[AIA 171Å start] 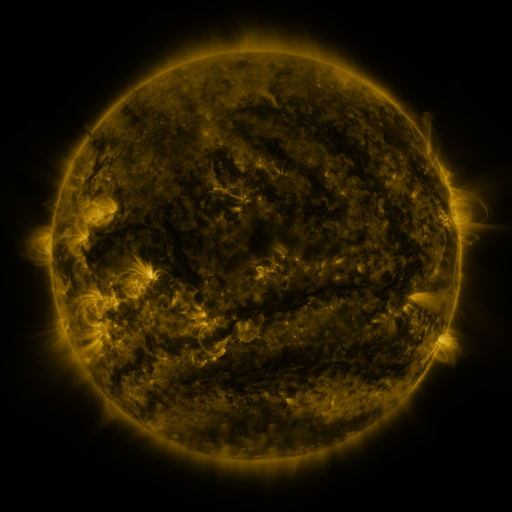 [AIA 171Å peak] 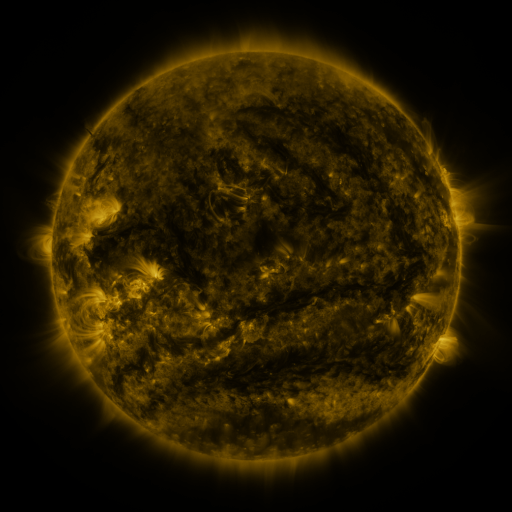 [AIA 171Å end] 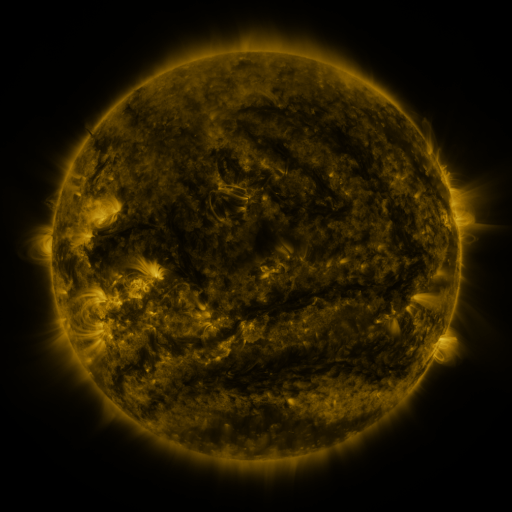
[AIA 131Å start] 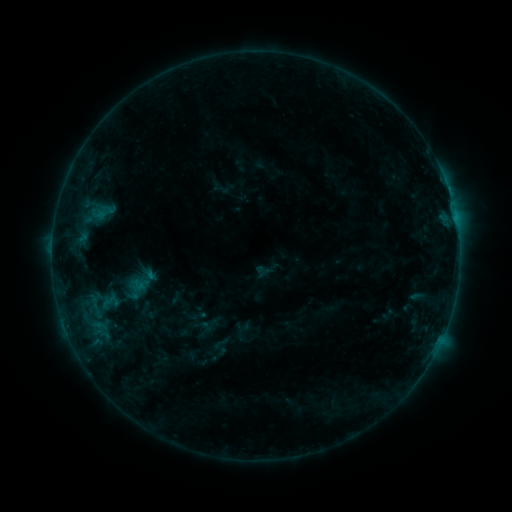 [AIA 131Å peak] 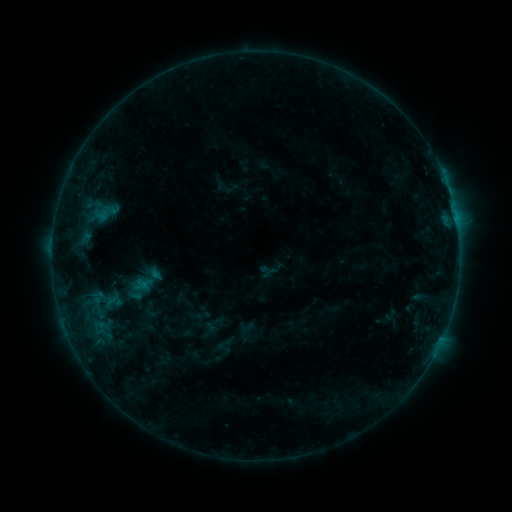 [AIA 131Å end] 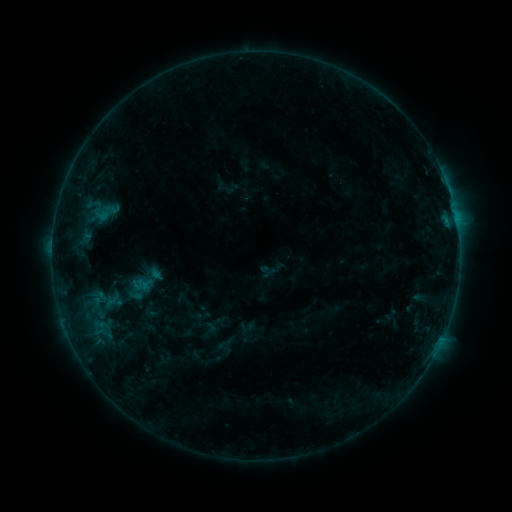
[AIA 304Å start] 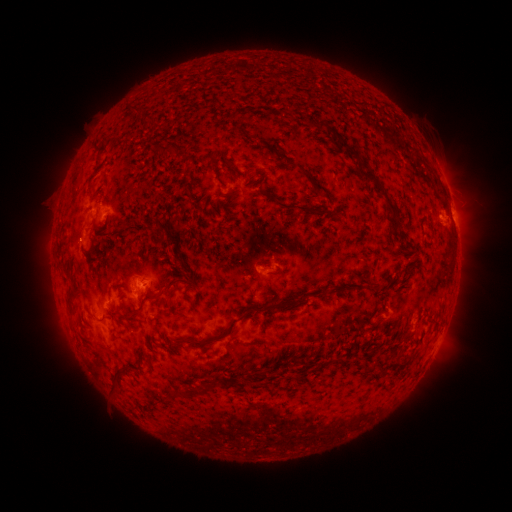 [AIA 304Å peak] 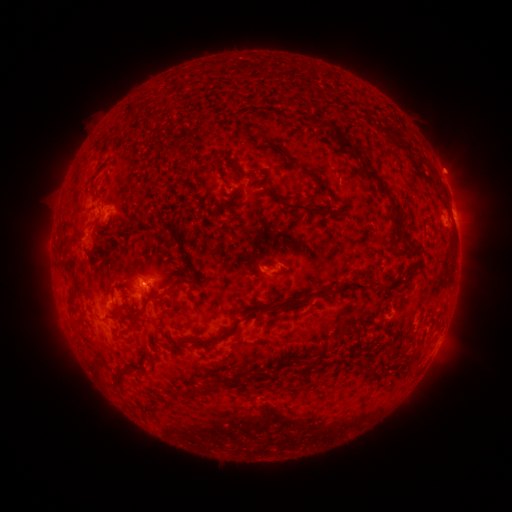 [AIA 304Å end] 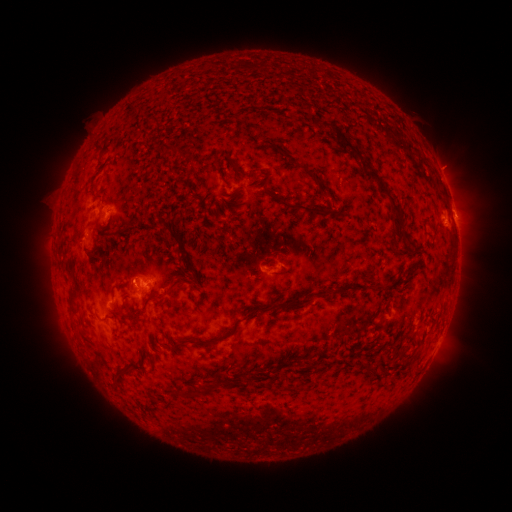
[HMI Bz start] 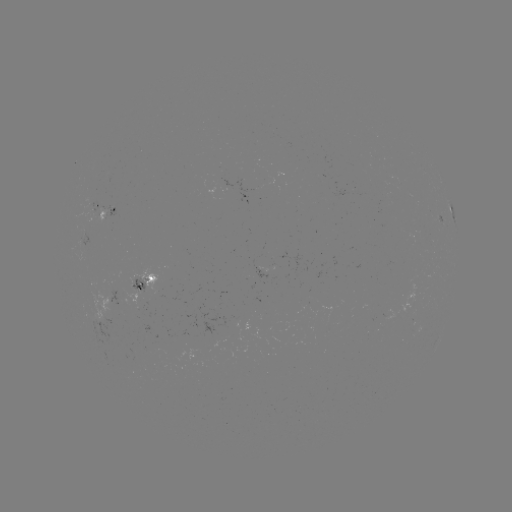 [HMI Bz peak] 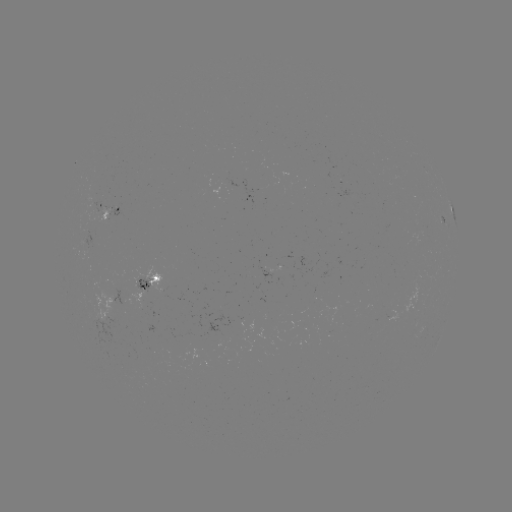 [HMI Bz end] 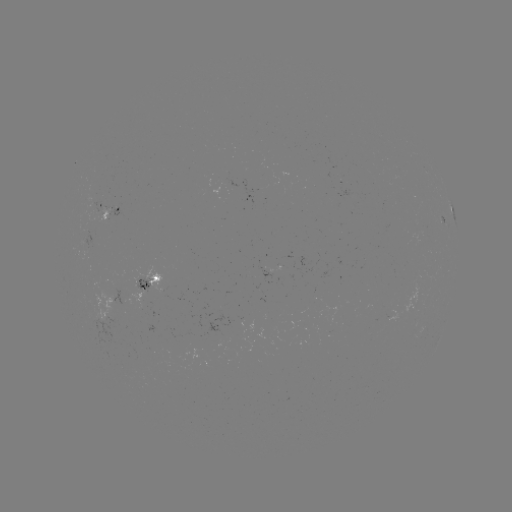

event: emerging-flux region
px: (143, 288)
